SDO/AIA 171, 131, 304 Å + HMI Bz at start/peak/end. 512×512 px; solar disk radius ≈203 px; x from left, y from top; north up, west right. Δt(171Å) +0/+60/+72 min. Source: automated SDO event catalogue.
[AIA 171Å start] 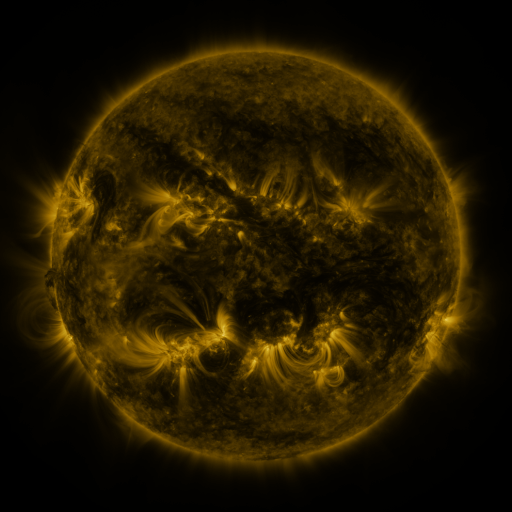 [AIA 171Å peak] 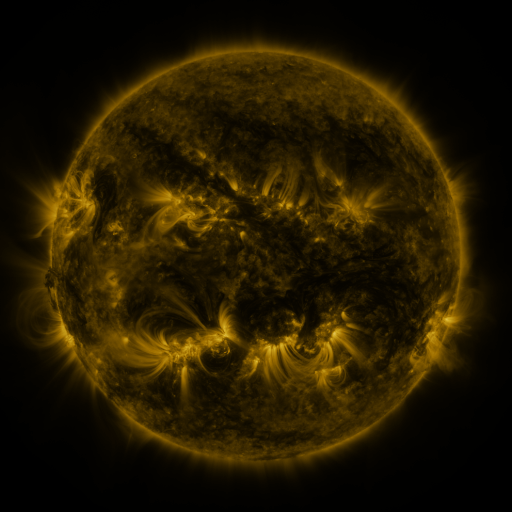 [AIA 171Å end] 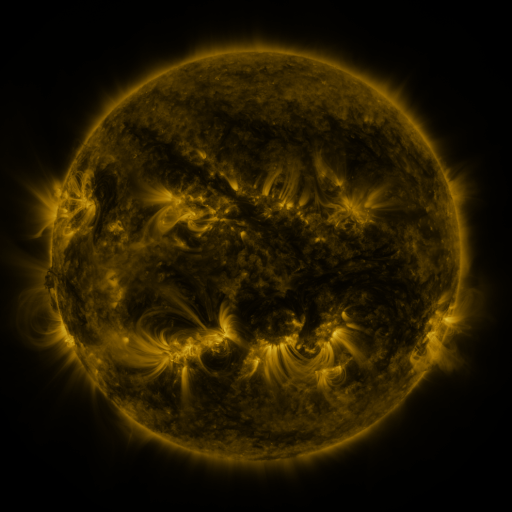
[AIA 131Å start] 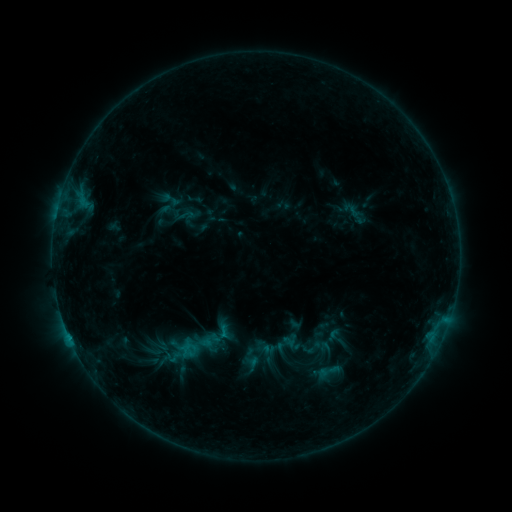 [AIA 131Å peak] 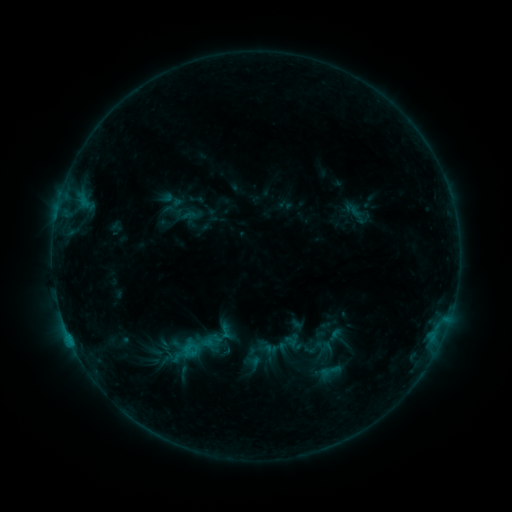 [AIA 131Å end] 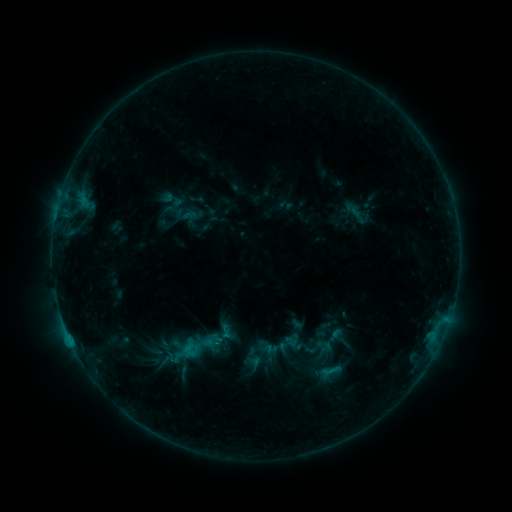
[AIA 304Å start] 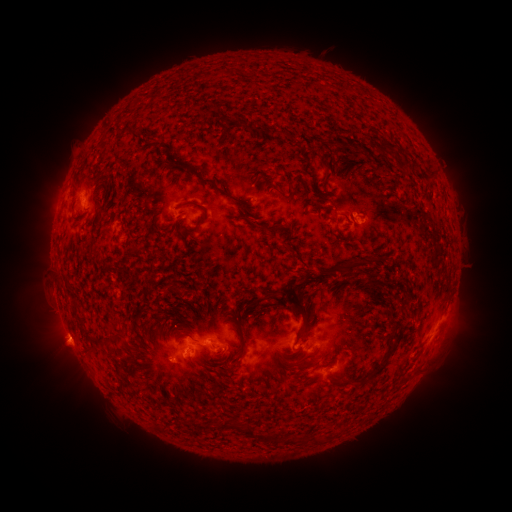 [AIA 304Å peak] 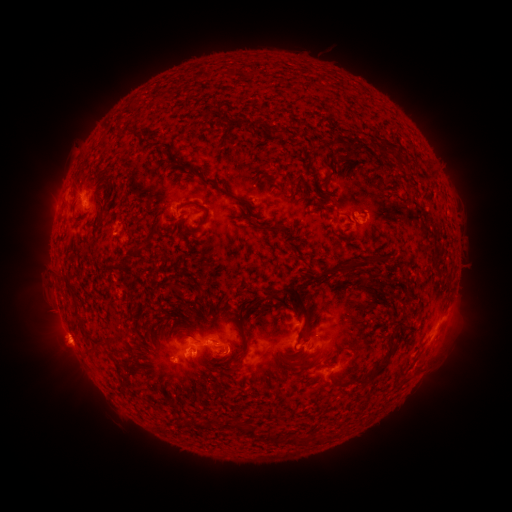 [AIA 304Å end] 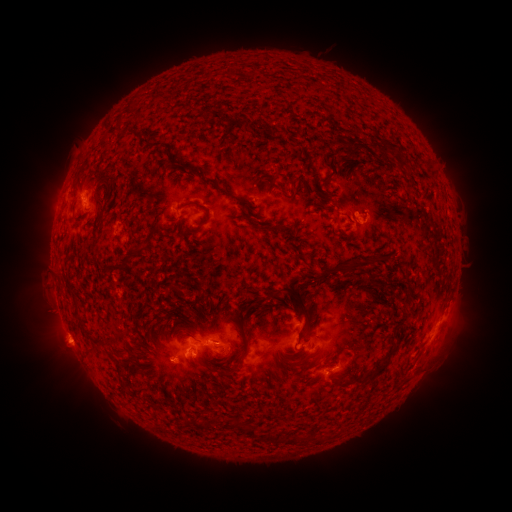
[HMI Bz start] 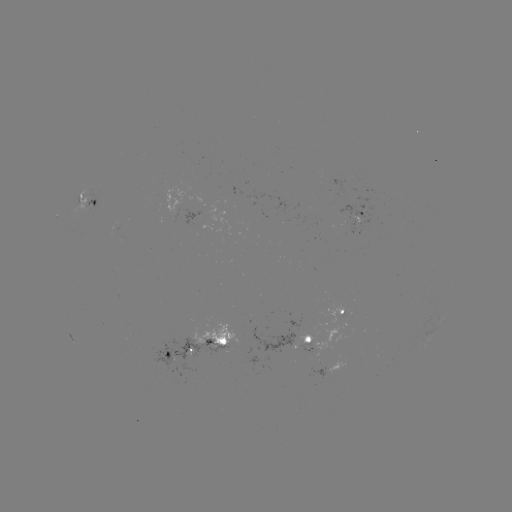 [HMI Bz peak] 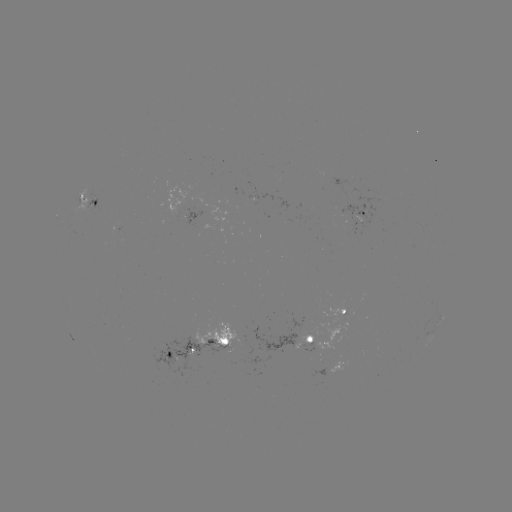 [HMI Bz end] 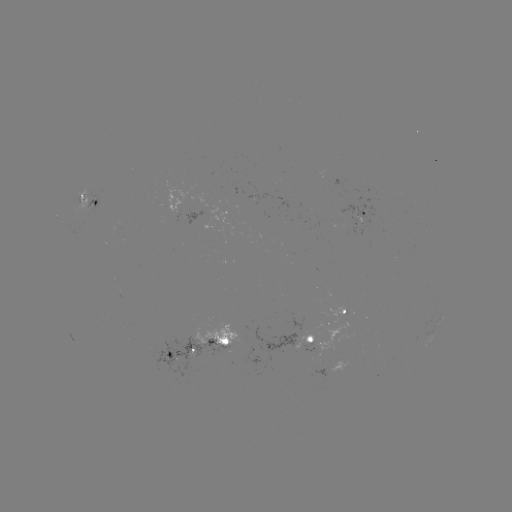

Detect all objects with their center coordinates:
emerging-flux region: (361, 221)
